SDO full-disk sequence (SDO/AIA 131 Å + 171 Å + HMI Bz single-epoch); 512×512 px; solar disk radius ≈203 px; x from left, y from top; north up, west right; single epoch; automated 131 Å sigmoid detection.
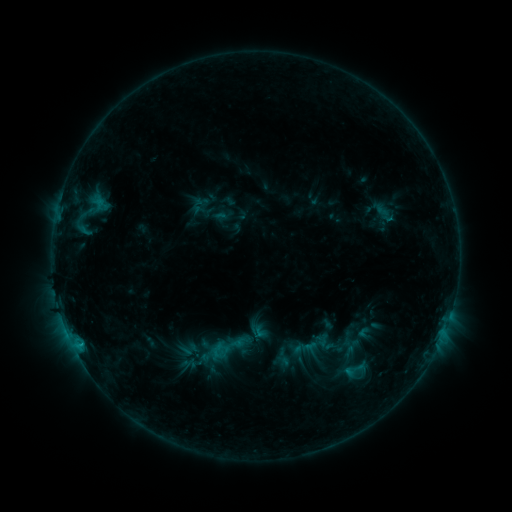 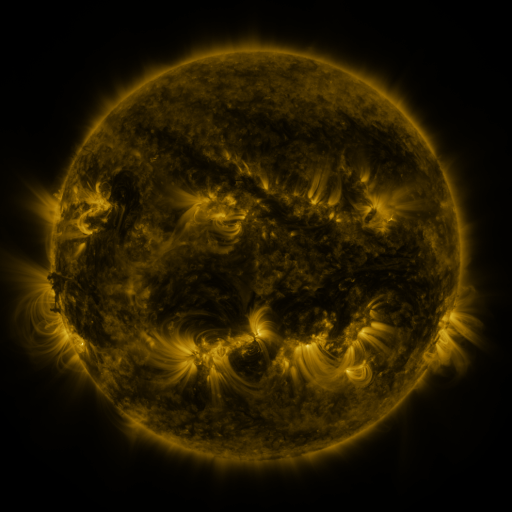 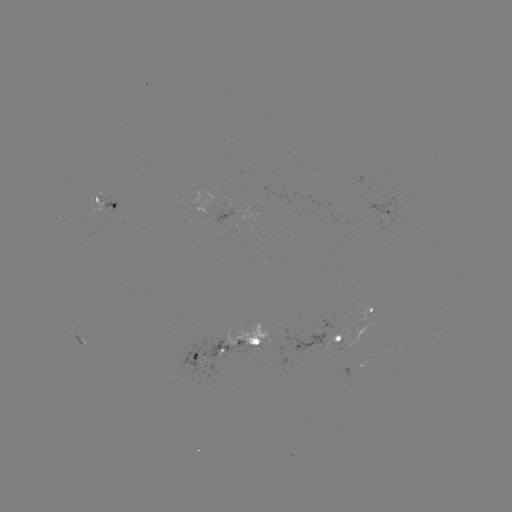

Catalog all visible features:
sigmoid: (206, 328, 247, 366)
sigmoid: (343, 358, 366, 381)
